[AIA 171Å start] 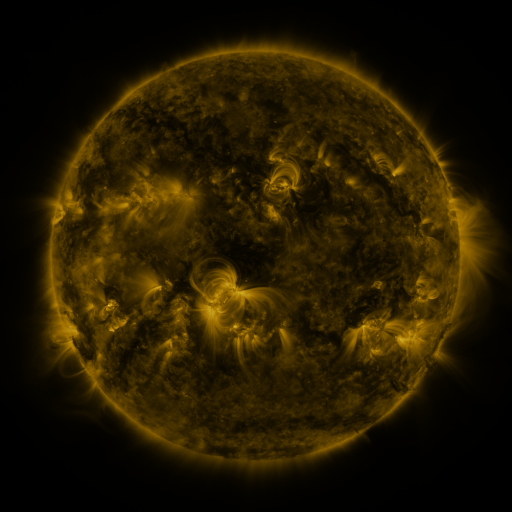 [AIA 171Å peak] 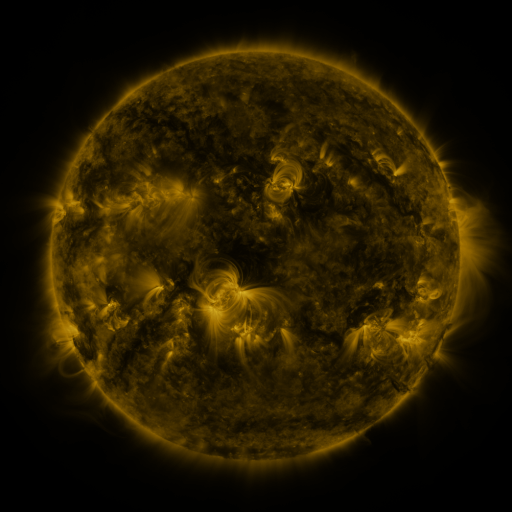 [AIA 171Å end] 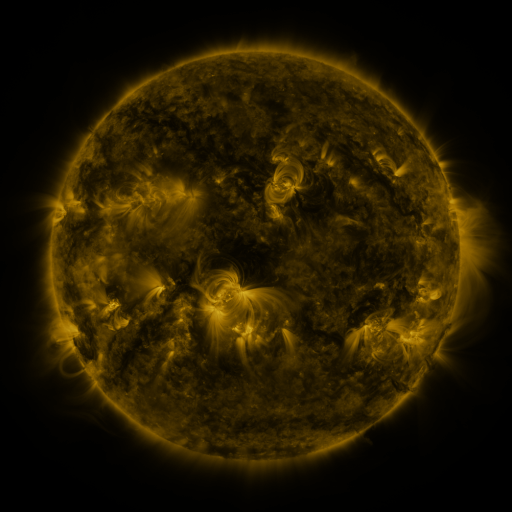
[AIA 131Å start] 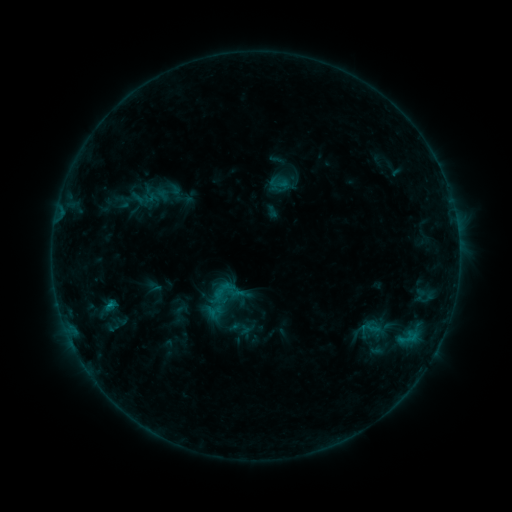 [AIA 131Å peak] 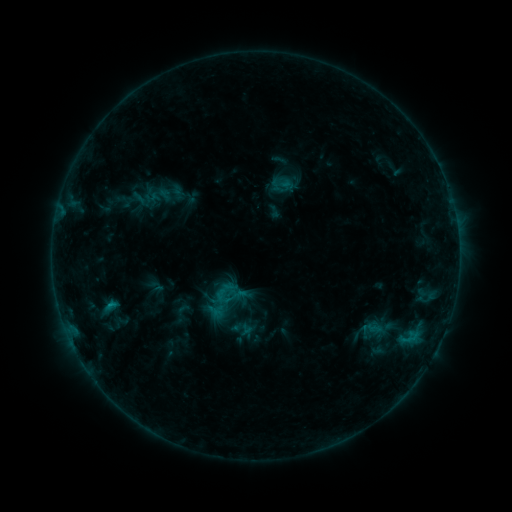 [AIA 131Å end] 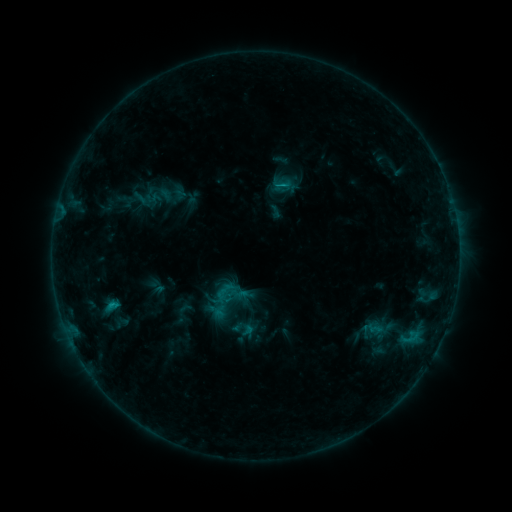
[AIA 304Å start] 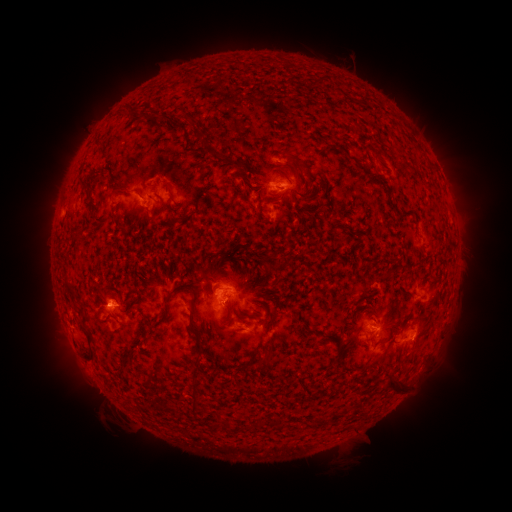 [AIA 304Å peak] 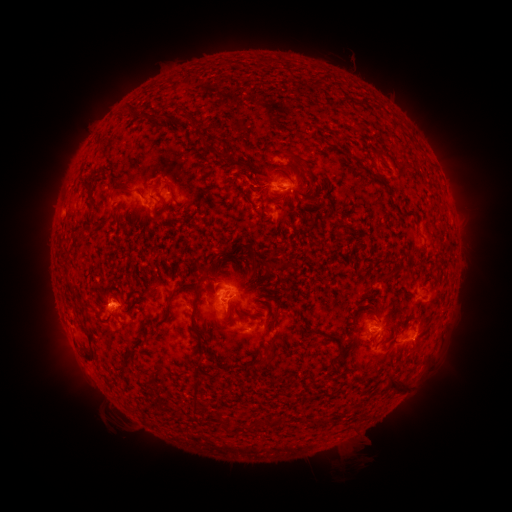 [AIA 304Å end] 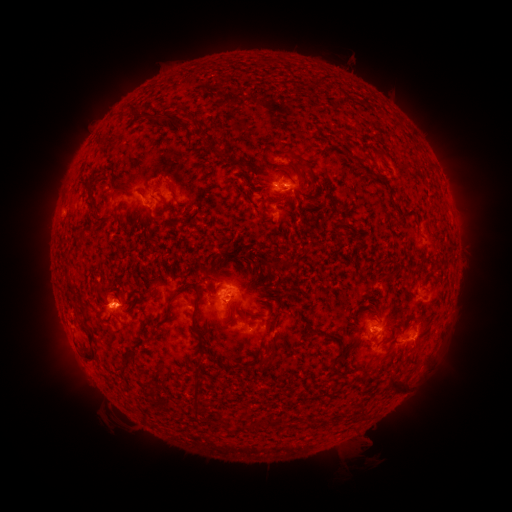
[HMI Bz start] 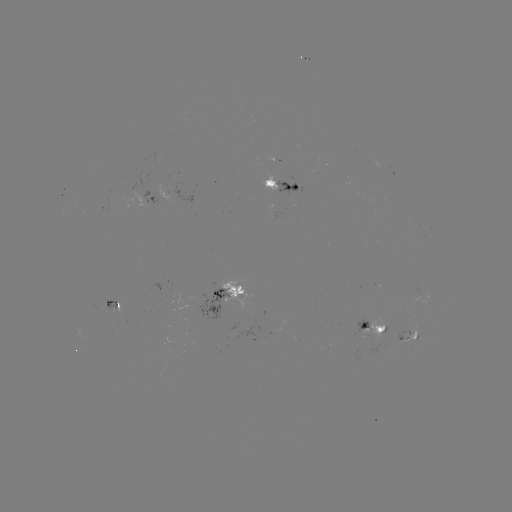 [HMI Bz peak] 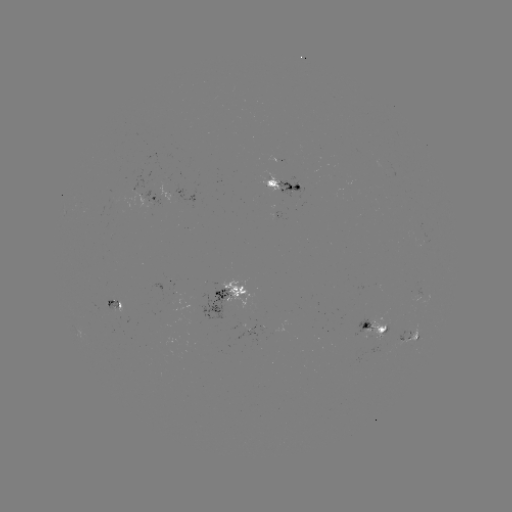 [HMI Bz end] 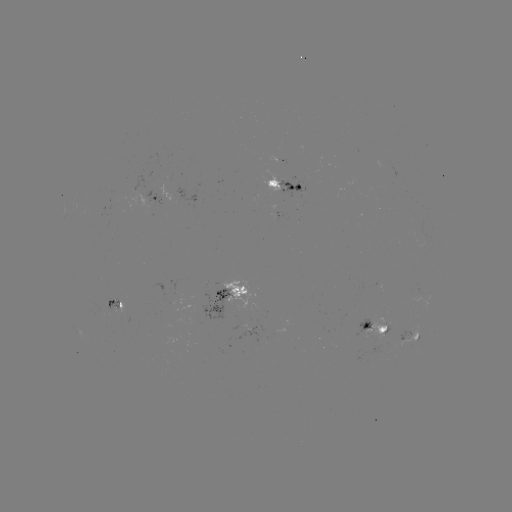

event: emerging-flux region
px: (113, 306)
